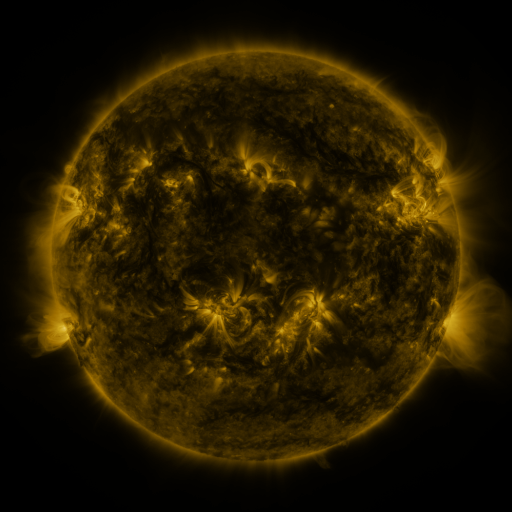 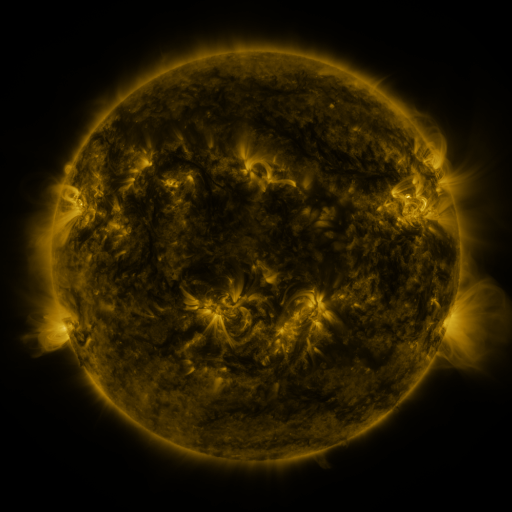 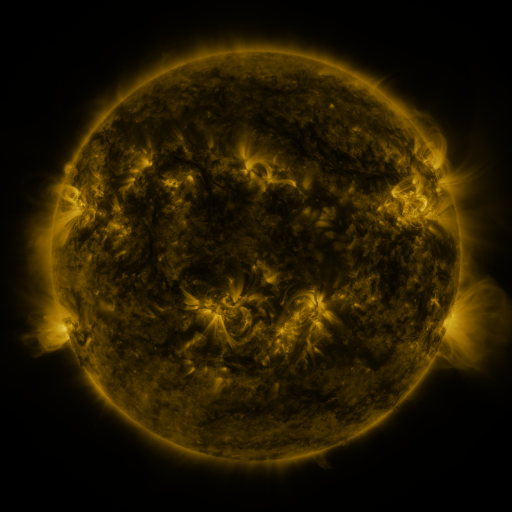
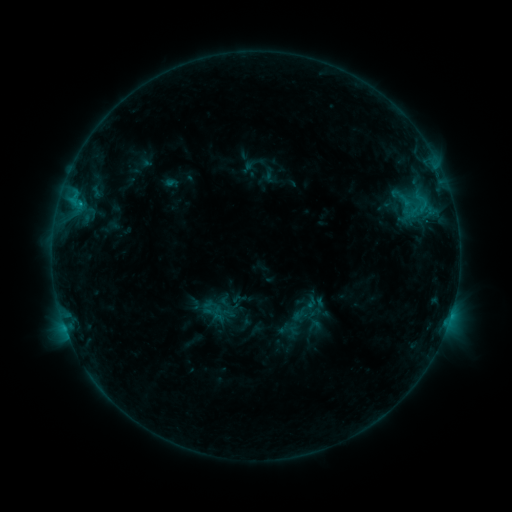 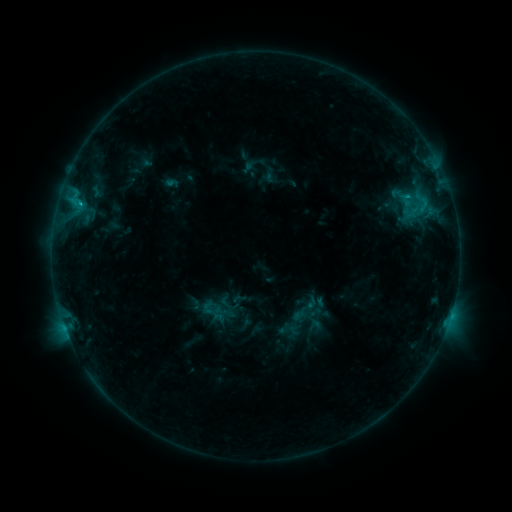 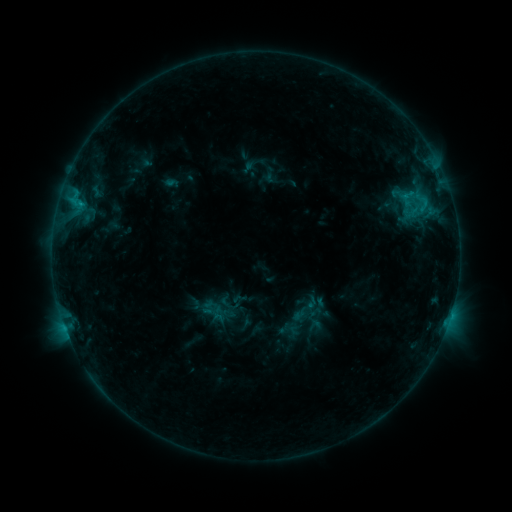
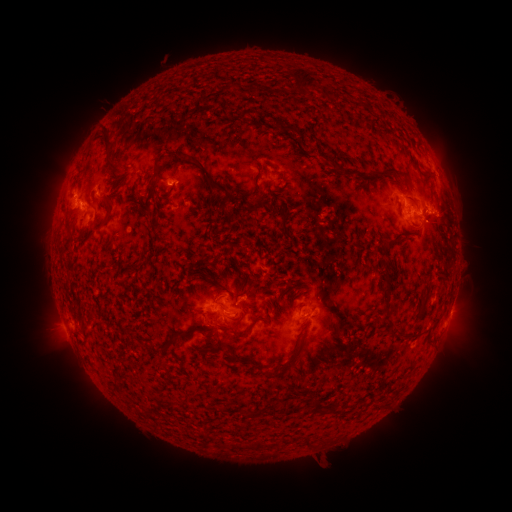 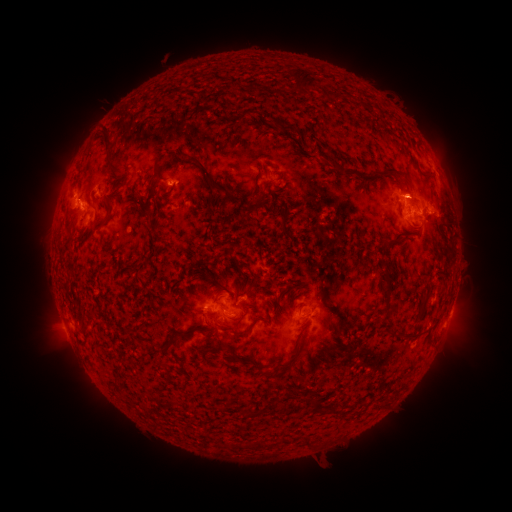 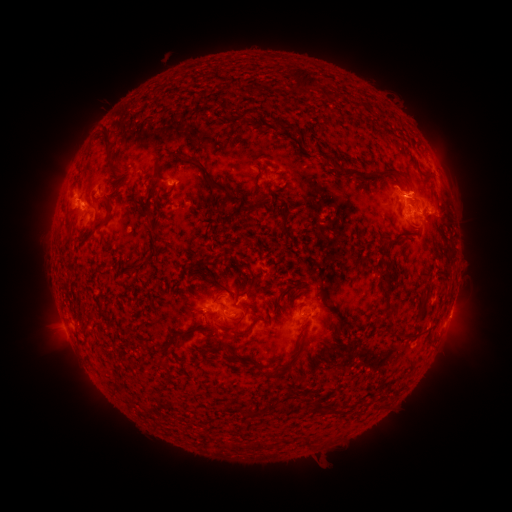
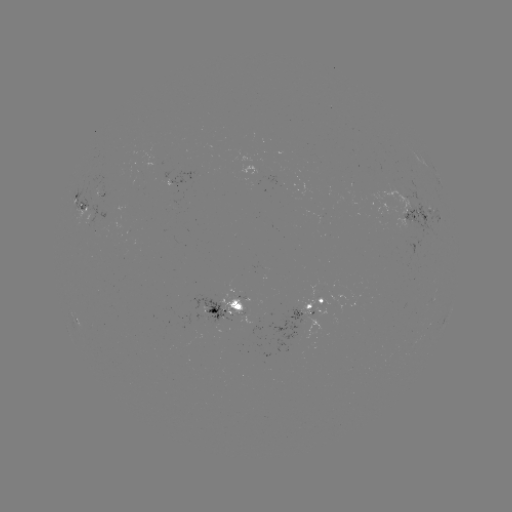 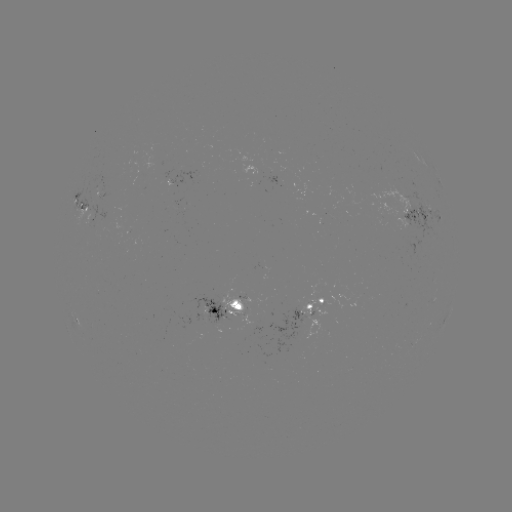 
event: eruption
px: (414, 189)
